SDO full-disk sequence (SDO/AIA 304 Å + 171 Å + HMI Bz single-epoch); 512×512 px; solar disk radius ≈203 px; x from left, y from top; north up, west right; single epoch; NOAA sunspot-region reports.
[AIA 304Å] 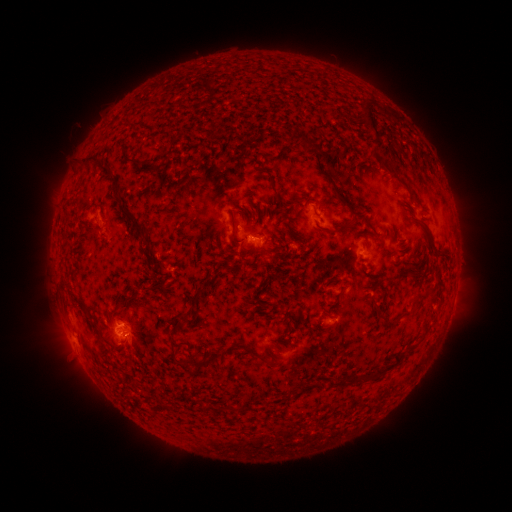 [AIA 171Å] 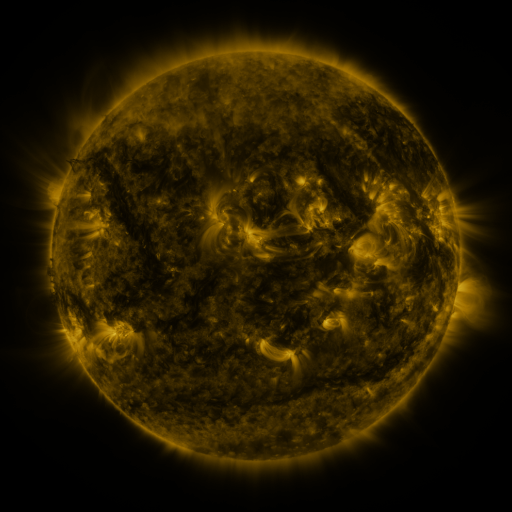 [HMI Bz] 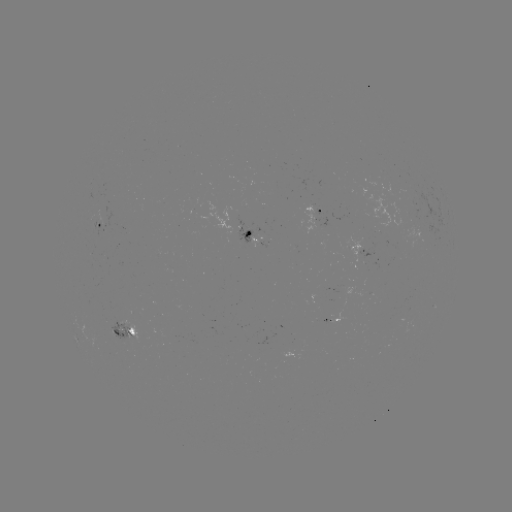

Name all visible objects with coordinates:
spotted active region: (322, 212)
spotted active region: (101, 227)
spotted active region: (252, 238)
spotted active region: (363, 249)
spotted active region: (126, 333)
